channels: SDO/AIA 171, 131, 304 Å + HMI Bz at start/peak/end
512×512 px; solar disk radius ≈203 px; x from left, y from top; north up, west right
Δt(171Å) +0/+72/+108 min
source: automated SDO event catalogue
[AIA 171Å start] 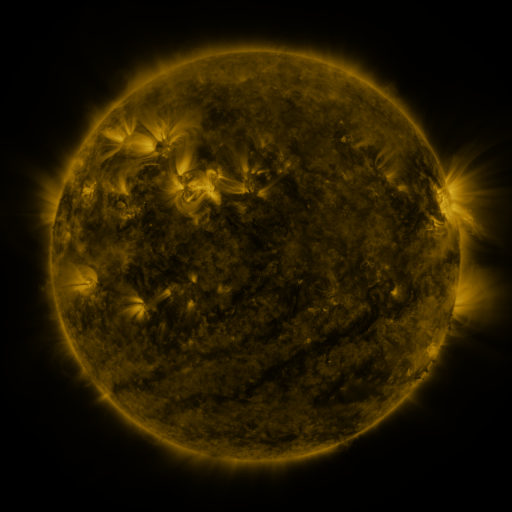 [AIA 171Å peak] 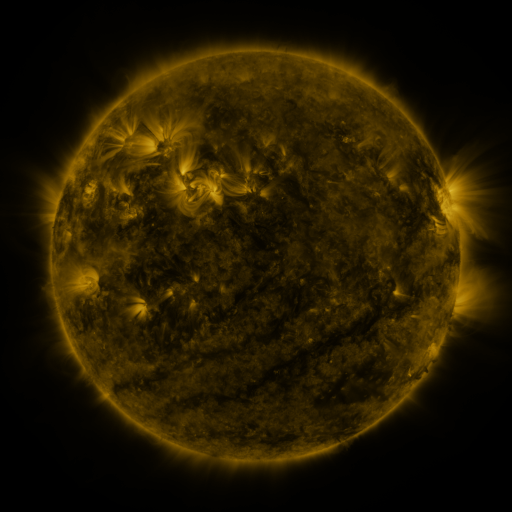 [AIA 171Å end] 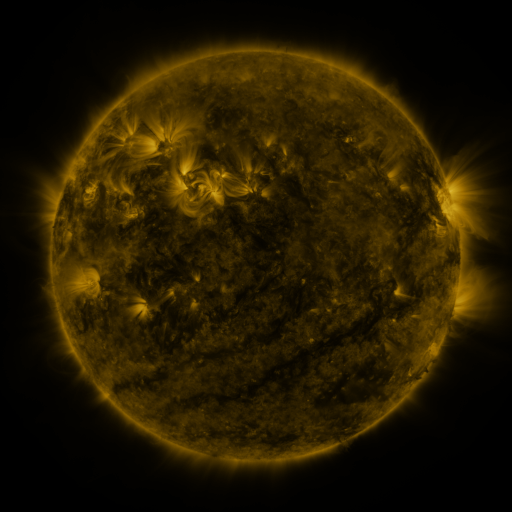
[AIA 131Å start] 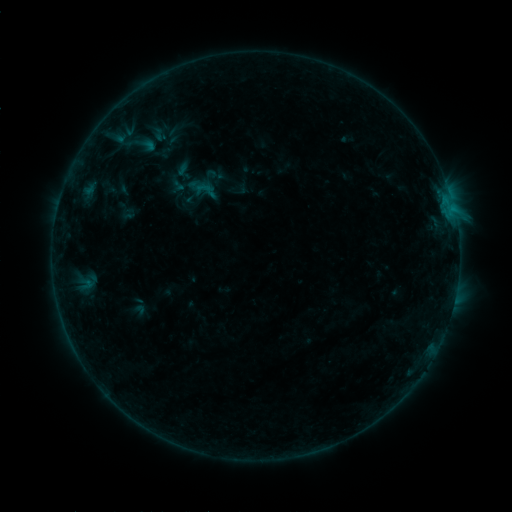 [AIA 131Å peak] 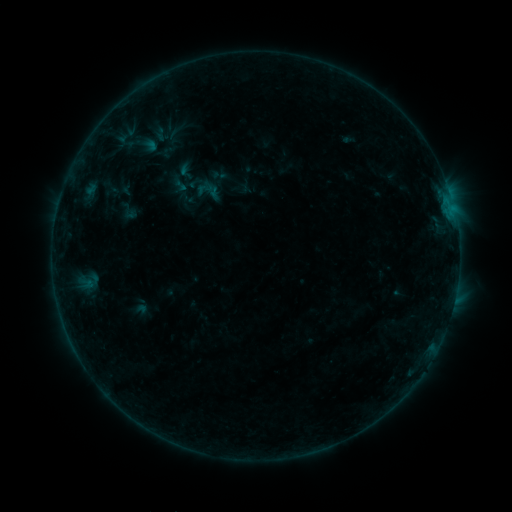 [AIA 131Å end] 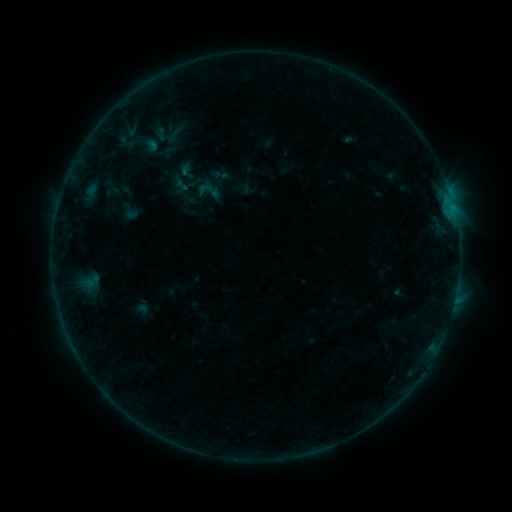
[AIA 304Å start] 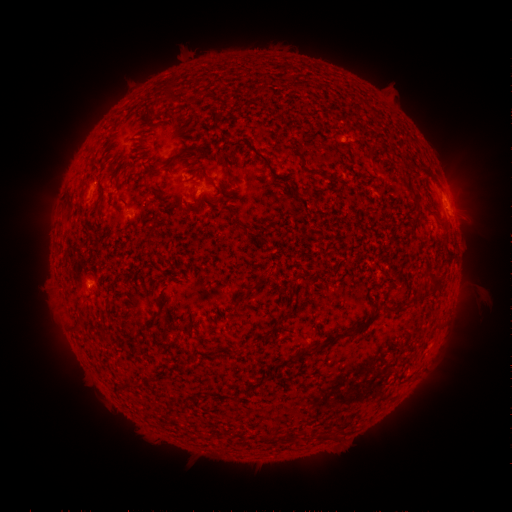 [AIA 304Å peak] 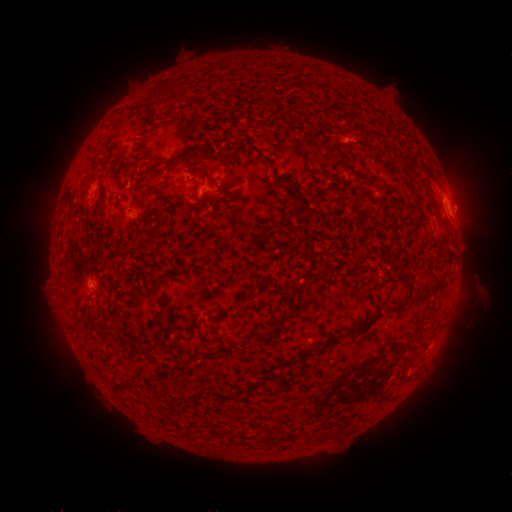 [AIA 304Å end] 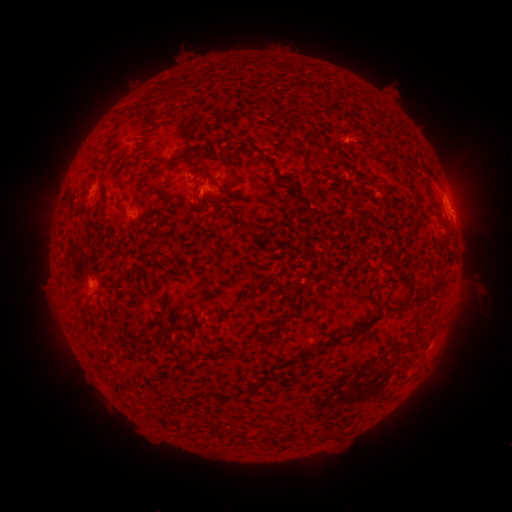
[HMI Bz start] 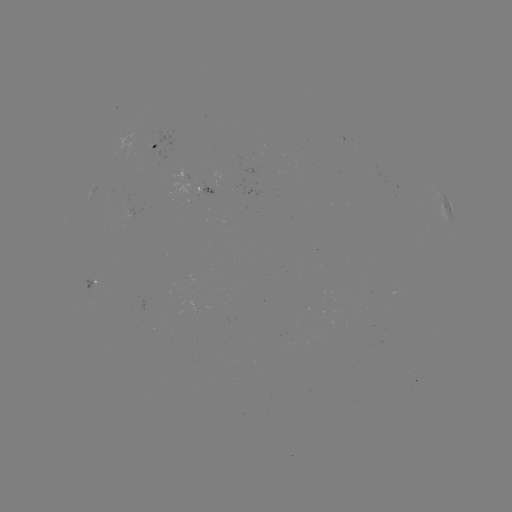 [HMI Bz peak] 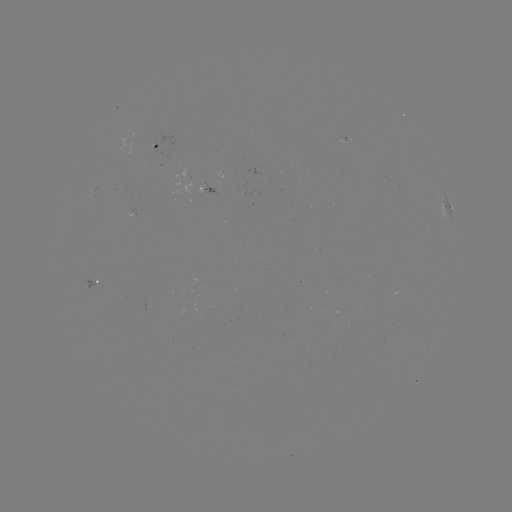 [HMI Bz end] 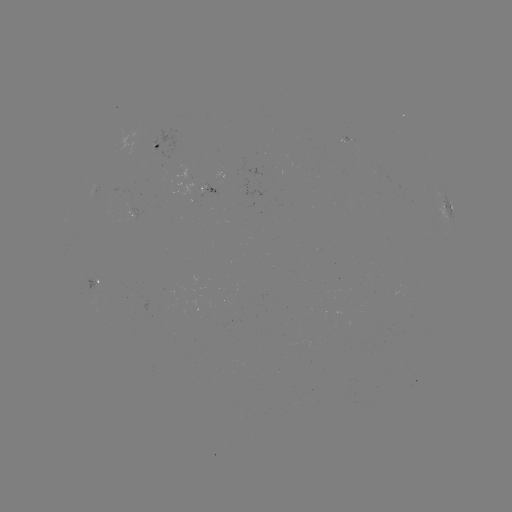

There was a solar emerging-flux region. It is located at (133, 213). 